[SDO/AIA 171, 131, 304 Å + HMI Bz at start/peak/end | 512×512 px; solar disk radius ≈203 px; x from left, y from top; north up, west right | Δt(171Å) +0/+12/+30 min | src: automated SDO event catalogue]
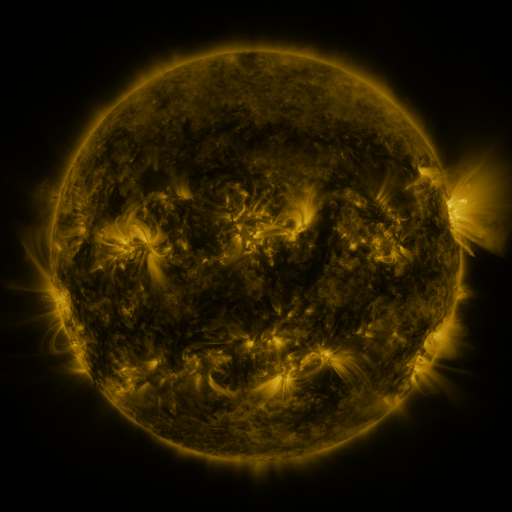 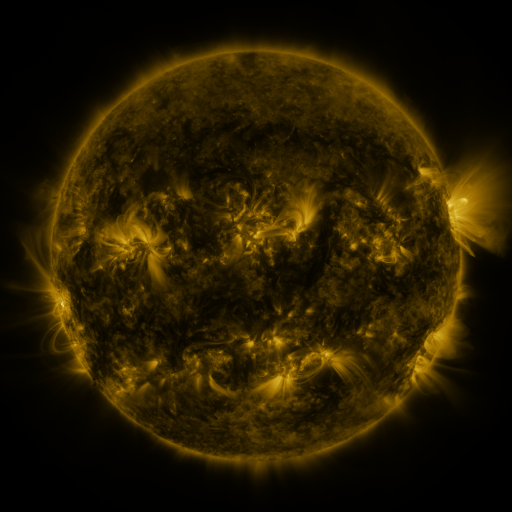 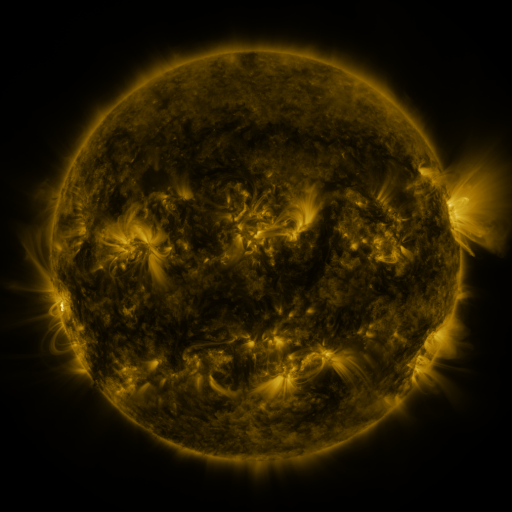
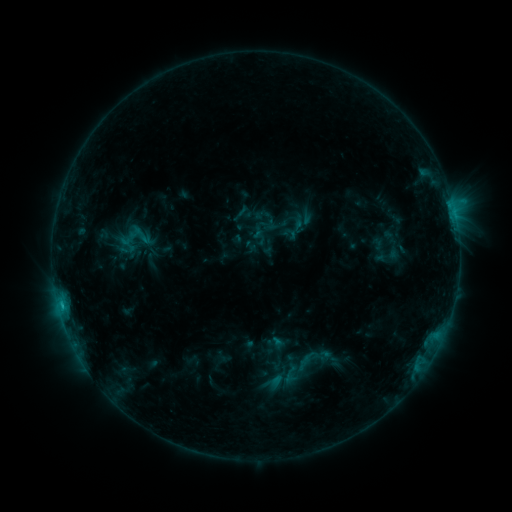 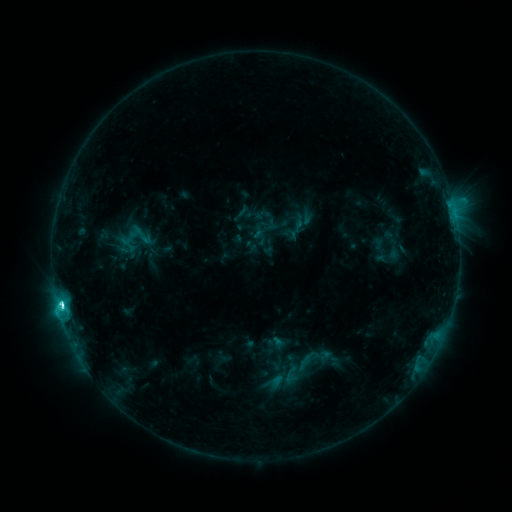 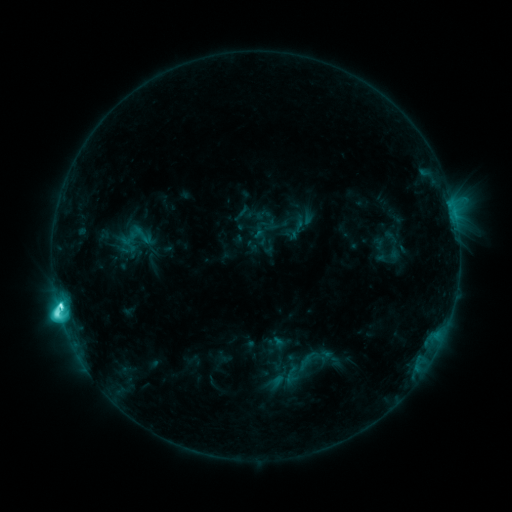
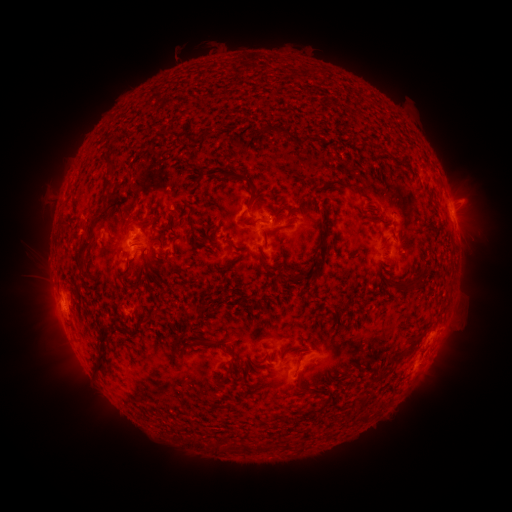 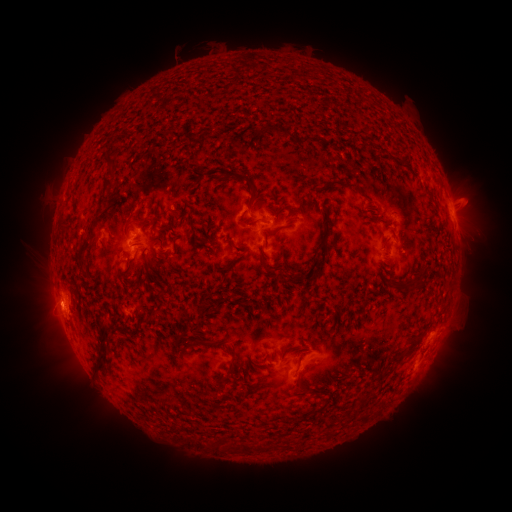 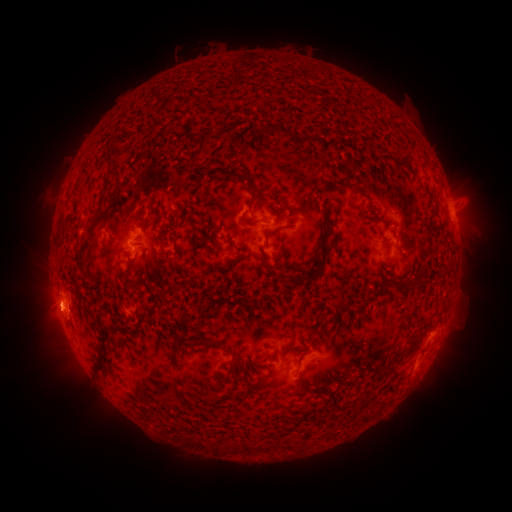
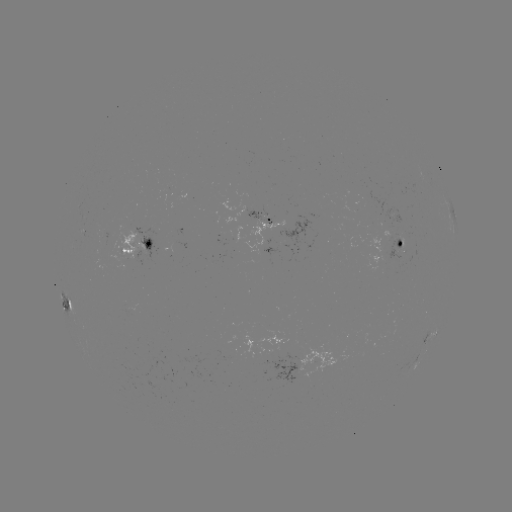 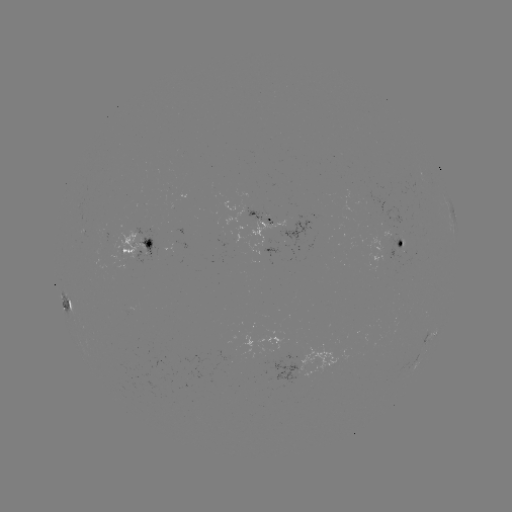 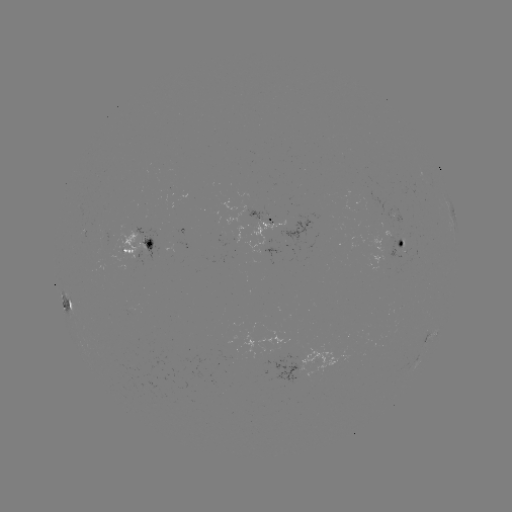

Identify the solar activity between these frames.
M1.3 flare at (62, 305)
